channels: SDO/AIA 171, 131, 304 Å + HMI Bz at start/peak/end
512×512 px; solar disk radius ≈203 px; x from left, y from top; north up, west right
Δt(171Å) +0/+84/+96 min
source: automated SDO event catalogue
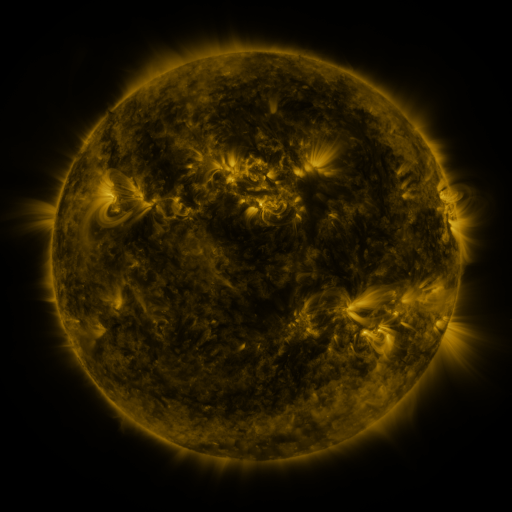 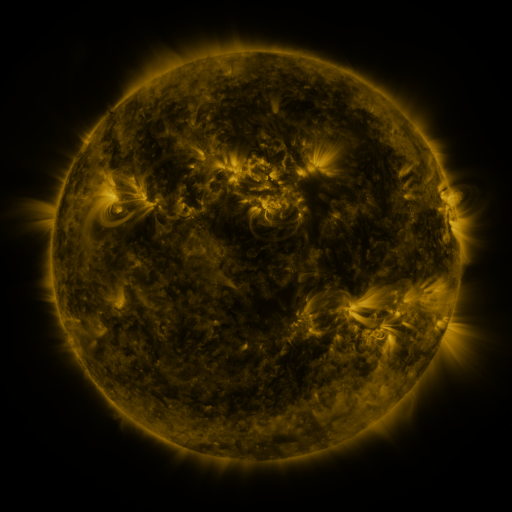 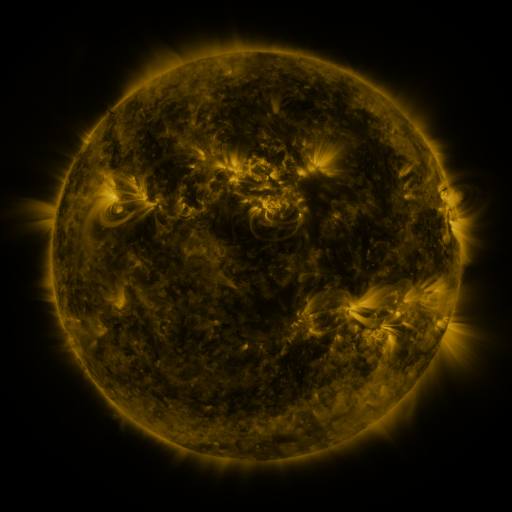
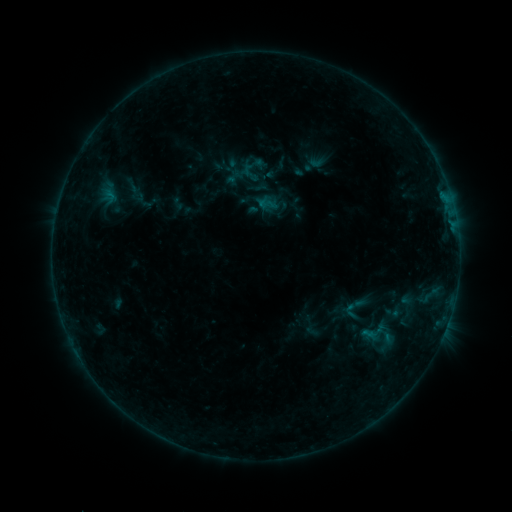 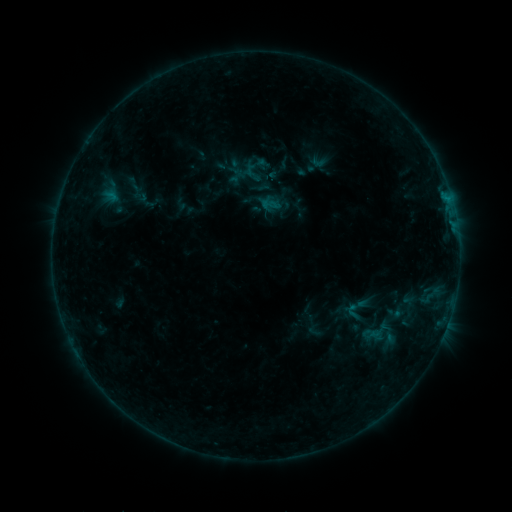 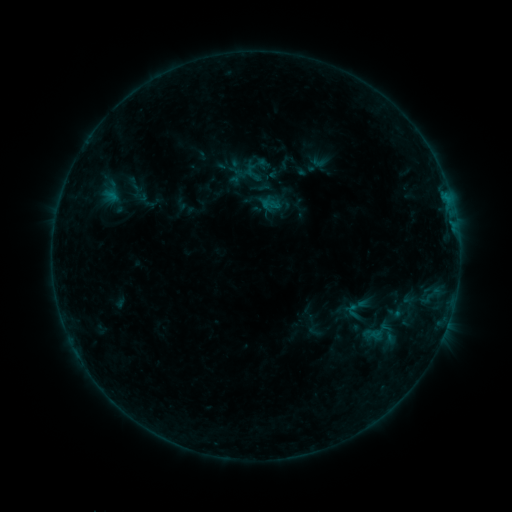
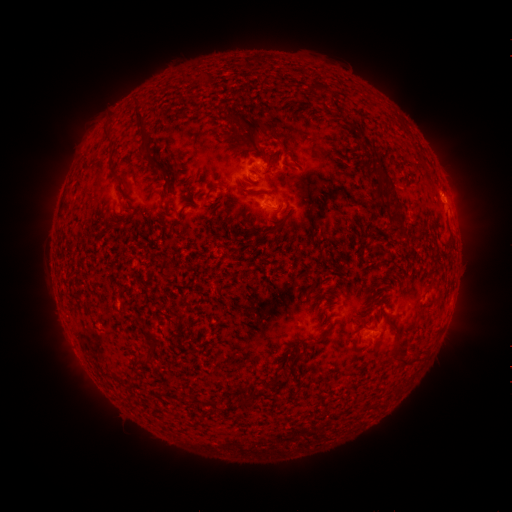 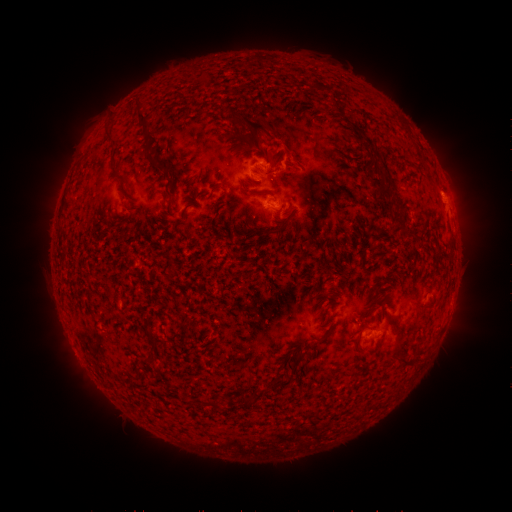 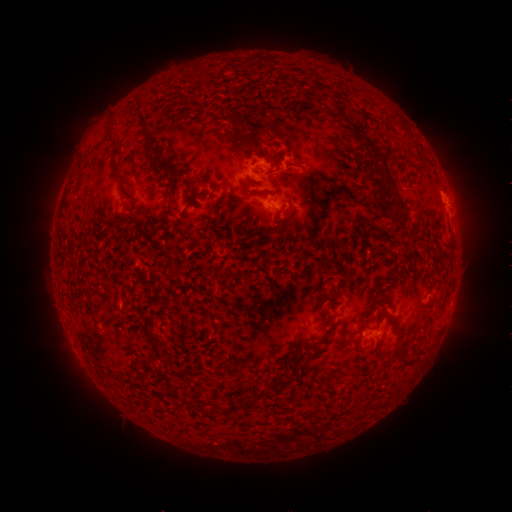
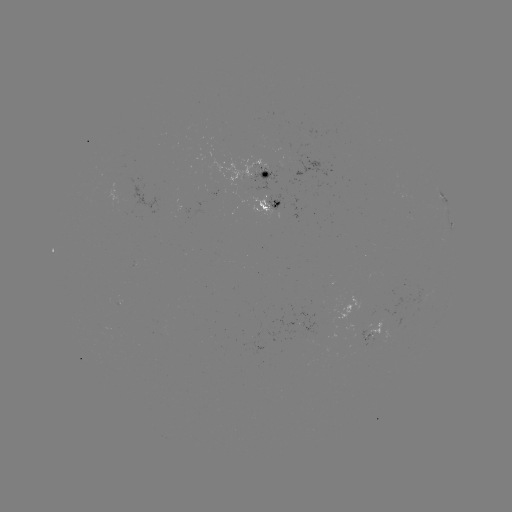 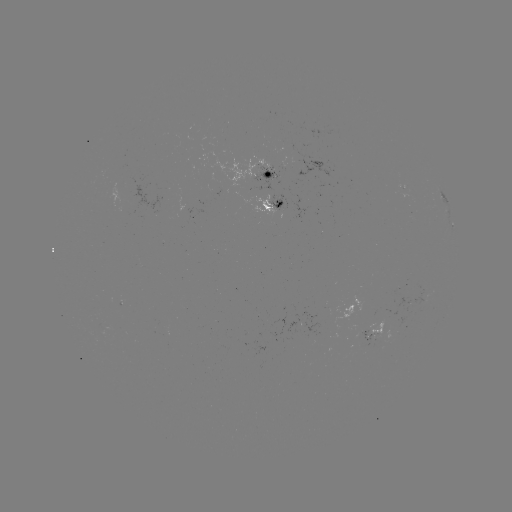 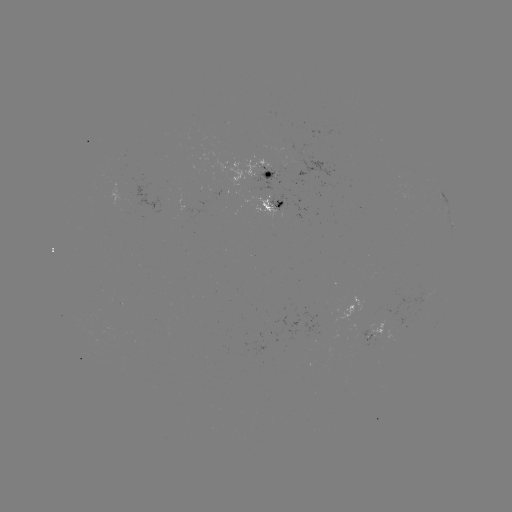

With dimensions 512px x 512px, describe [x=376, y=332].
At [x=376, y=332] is emerging-flux region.